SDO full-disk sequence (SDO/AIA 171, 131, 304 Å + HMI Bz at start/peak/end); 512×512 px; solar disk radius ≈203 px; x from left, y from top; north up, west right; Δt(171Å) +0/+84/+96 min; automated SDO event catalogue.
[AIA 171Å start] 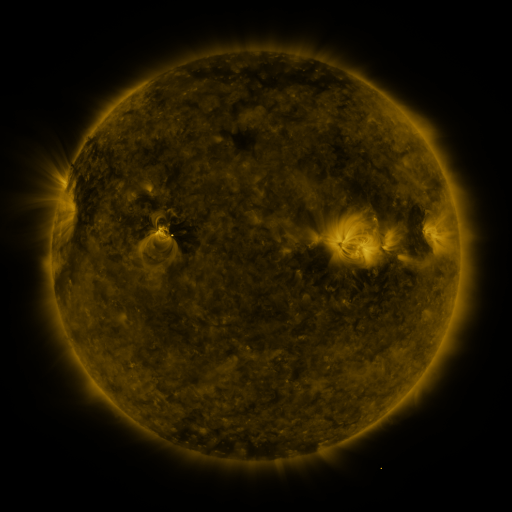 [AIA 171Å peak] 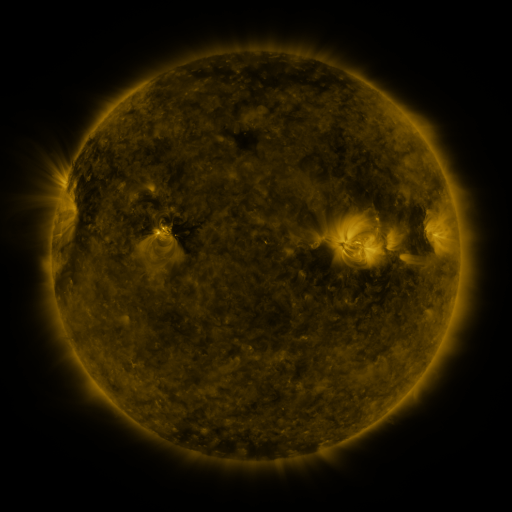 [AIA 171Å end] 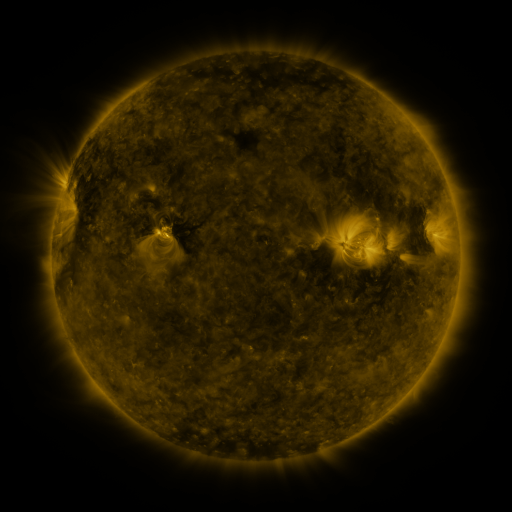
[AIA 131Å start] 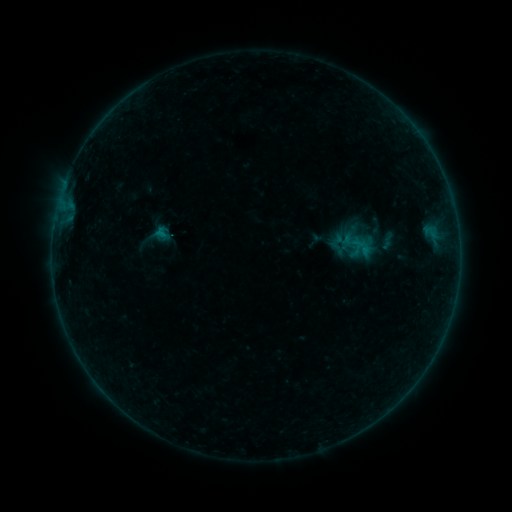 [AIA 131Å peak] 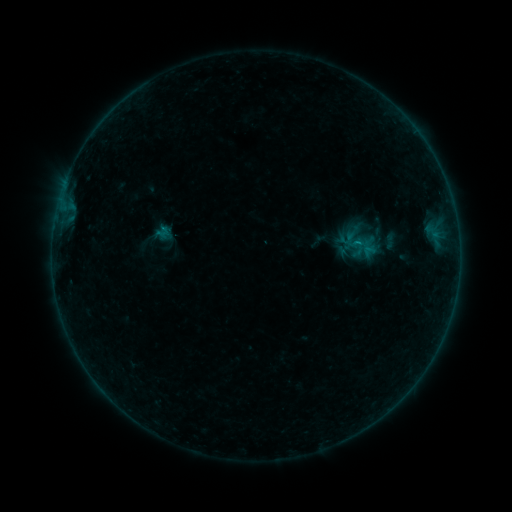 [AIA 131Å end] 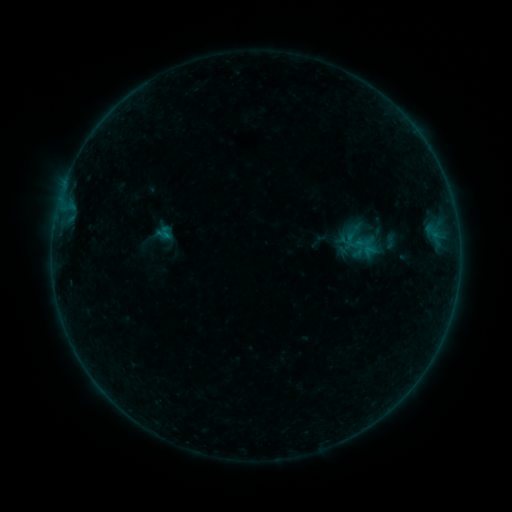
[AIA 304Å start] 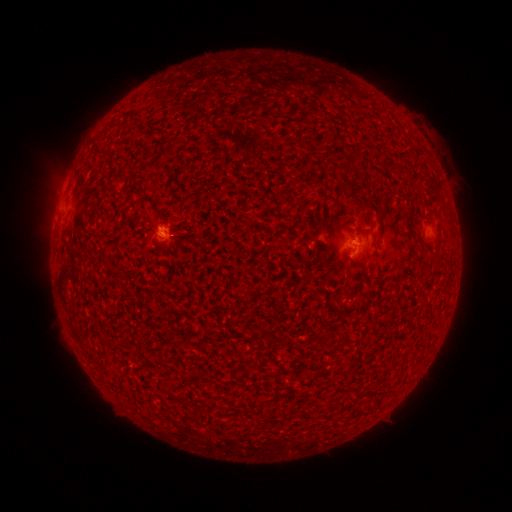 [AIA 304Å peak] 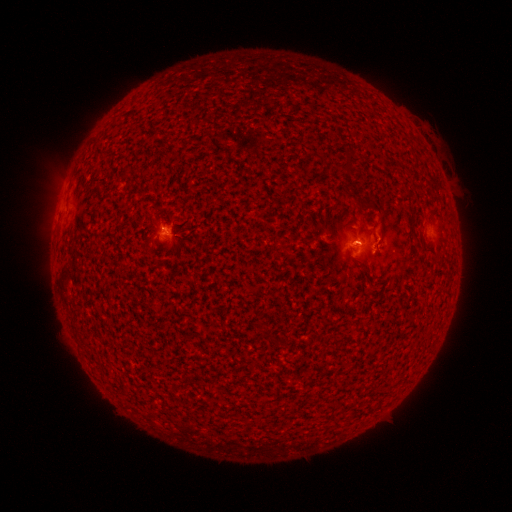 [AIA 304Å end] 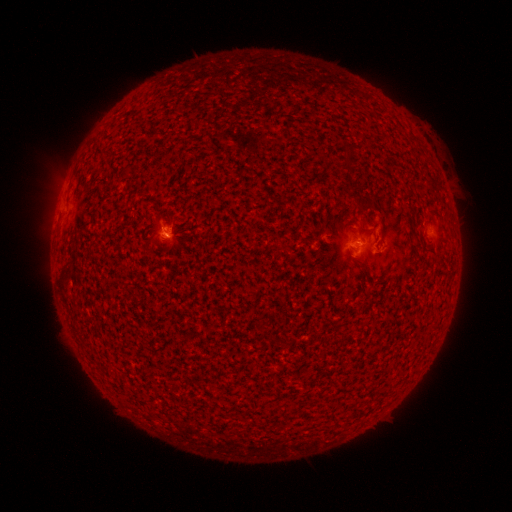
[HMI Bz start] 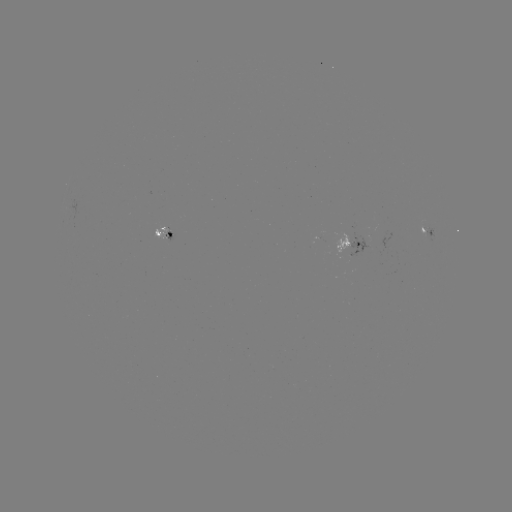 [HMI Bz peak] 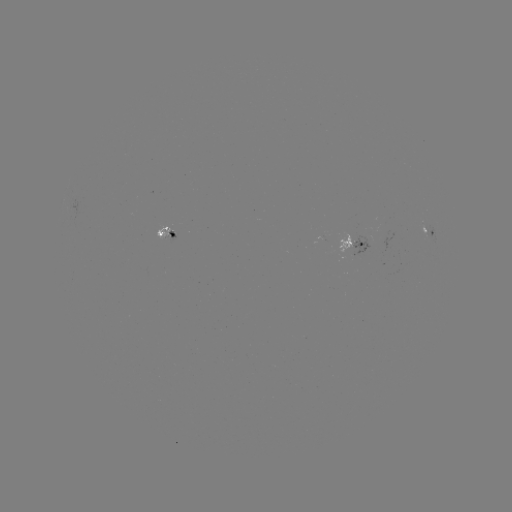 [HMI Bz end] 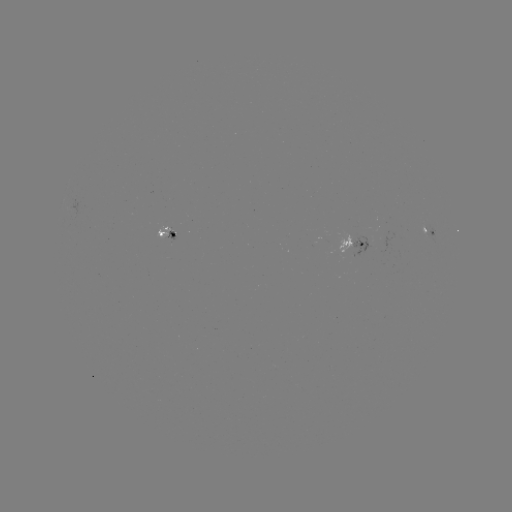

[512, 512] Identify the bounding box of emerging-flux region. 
[155, 224, 170, 238].